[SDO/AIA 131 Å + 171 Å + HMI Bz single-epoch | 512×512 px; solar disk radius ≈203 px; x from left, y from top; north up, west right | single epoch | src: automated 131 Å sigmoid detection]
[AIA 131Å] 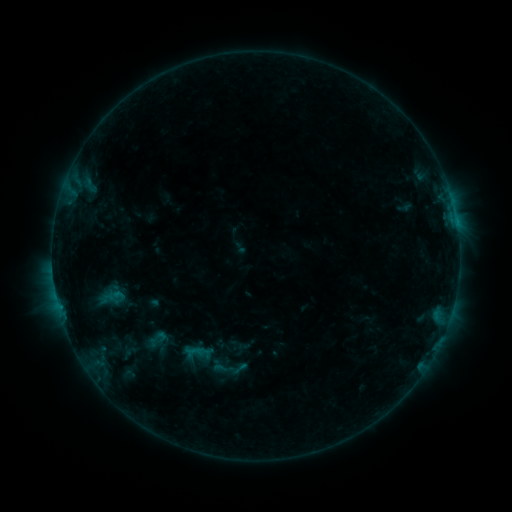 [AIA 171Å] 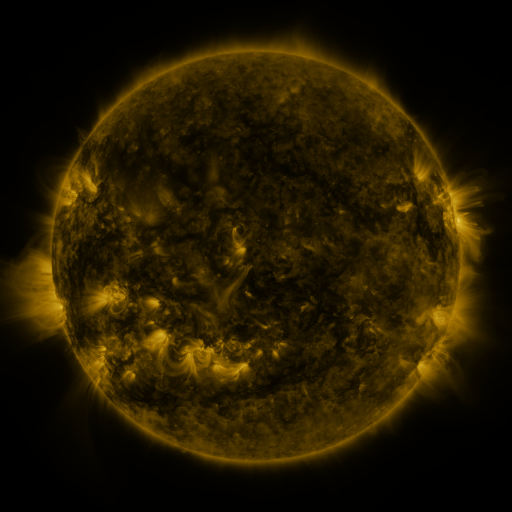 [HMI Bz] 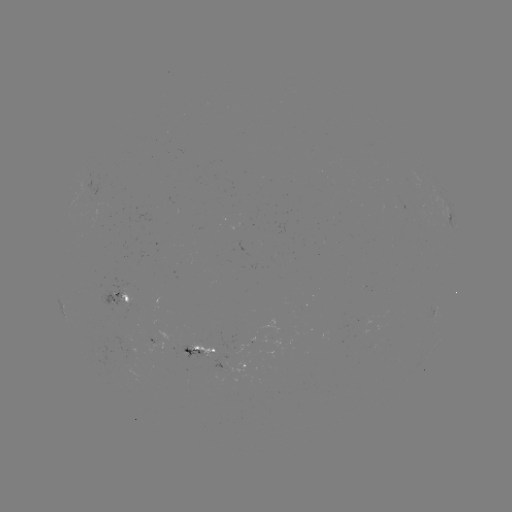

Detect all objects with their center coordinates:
sigmoid: [184, 340, 211, 363]
sigmoid: [211, 358, 234, 379]
